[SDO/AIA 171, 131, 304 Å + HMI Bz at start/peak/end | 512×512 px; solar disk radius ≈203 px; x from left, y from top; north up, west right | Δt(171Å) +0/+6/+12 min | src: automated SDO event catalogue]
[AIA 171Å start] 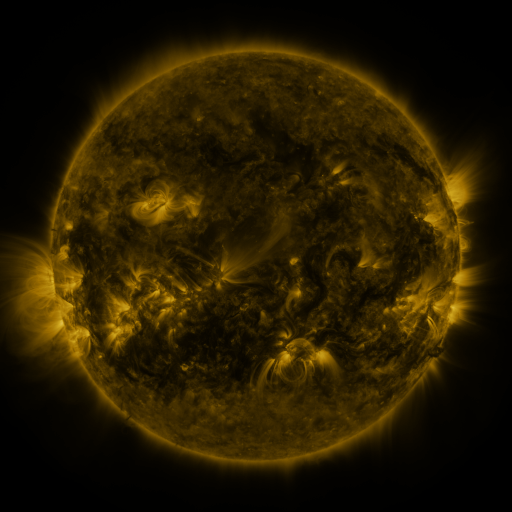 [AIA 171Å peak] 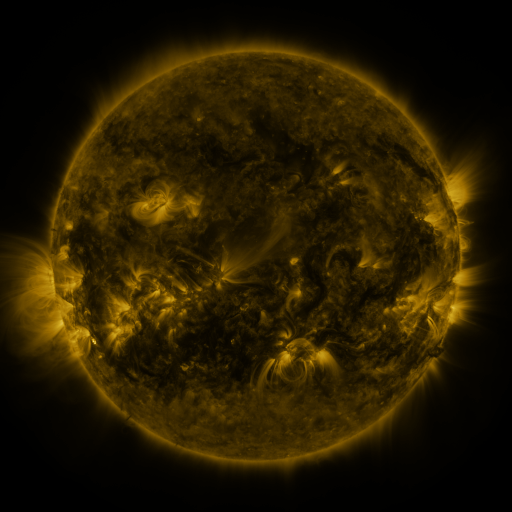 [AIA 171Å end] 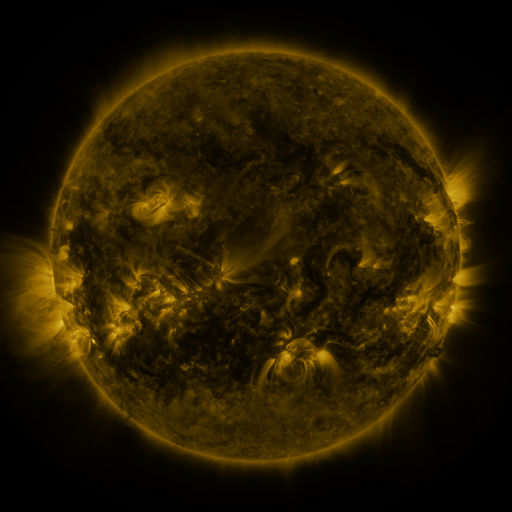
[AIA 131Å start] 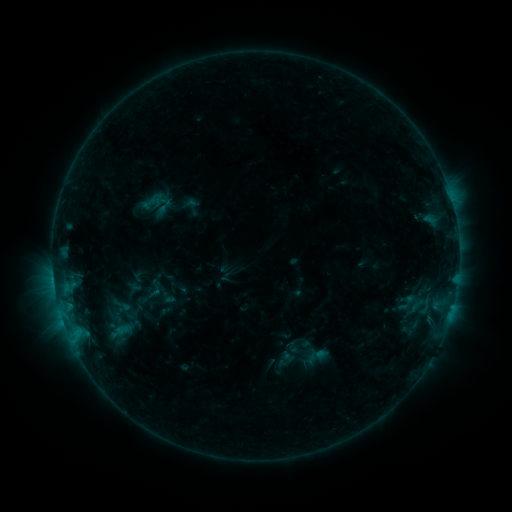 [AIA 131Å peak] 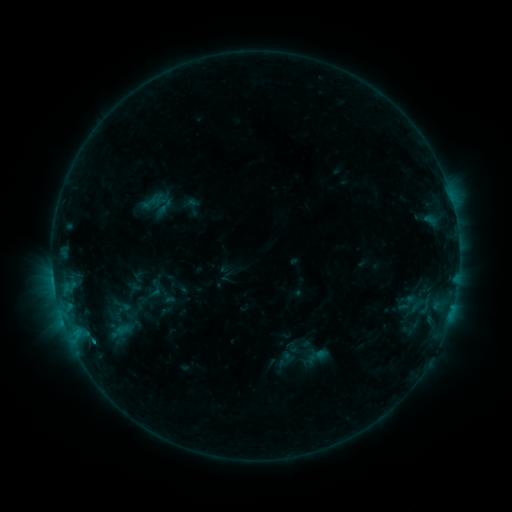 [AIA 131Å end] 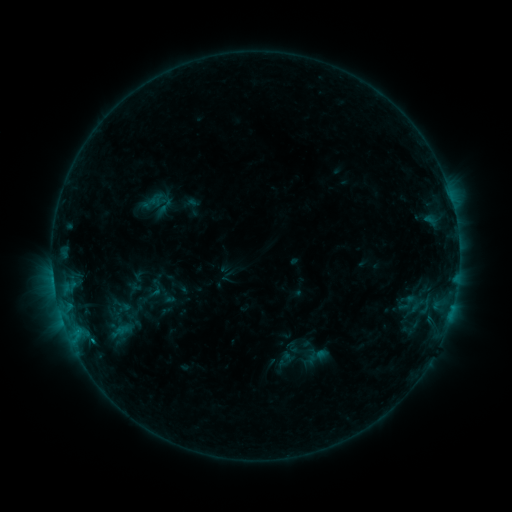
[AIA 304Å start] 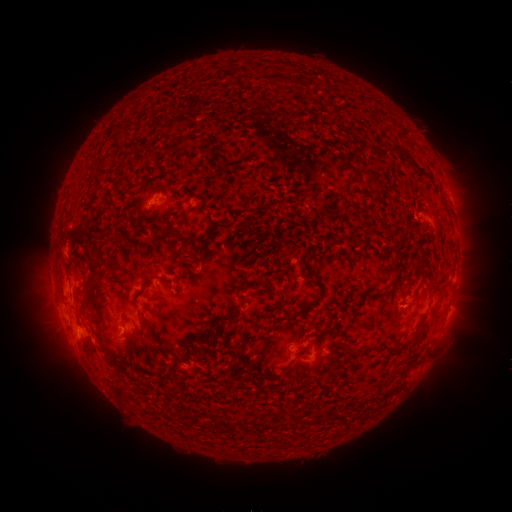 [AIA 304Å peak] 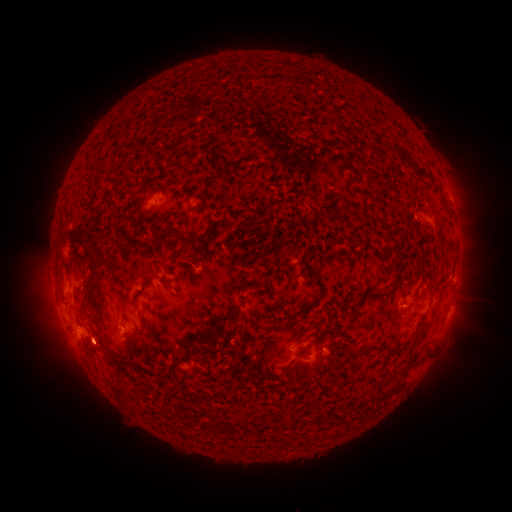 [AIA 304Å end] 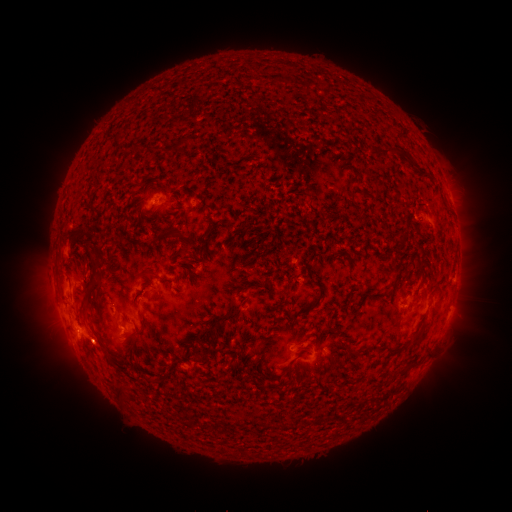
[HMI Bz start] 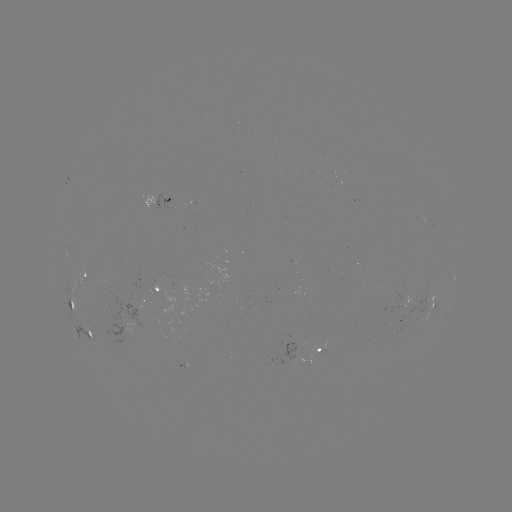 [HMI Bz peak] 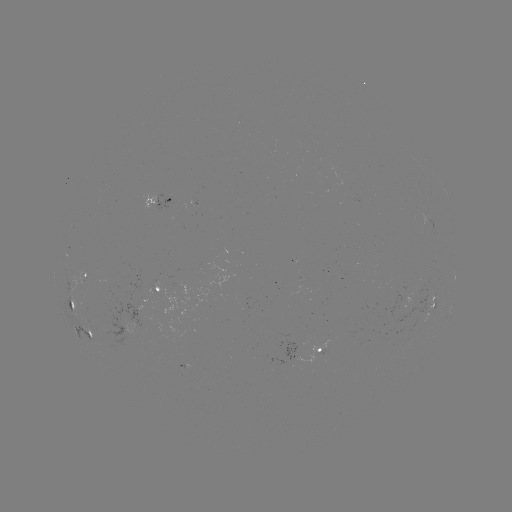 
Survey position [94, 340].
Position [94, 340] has B7.5 flare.